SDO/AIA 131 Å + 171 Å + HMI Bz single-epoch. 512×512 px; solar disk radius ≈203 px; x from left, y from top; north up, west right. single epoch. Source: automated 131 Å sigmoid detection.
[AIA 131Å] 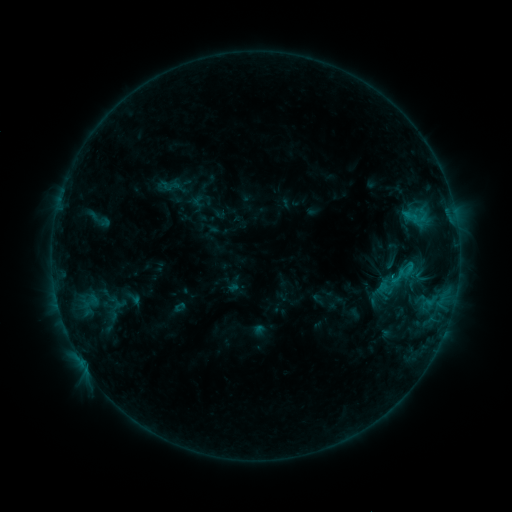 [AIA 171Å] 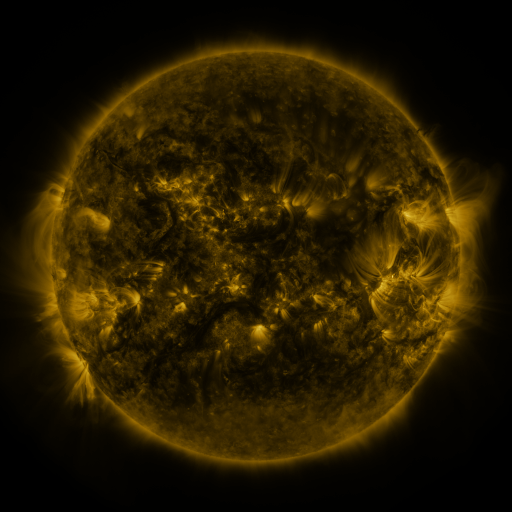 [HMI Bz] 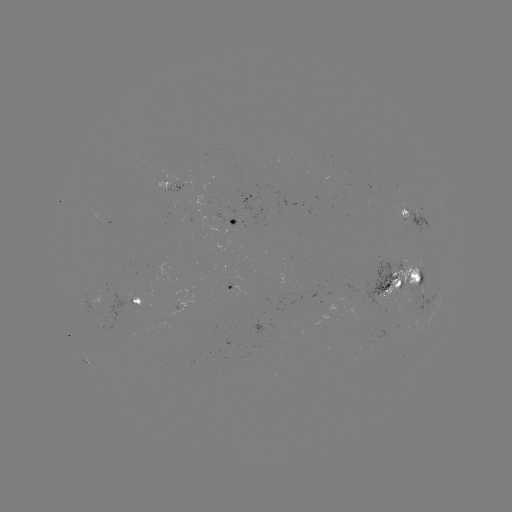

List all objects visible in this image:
sigmoid: (411, 217)
sigmoid: (387, 296)
